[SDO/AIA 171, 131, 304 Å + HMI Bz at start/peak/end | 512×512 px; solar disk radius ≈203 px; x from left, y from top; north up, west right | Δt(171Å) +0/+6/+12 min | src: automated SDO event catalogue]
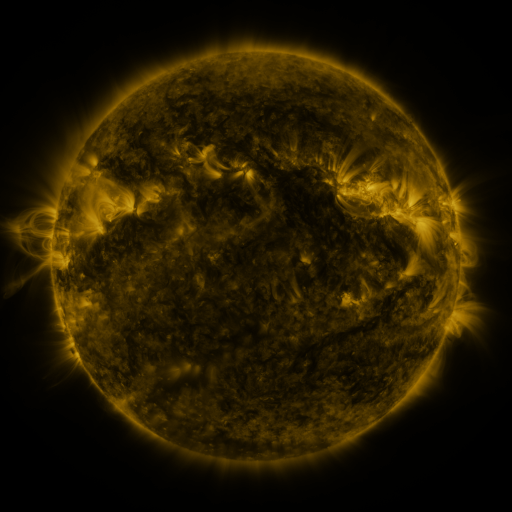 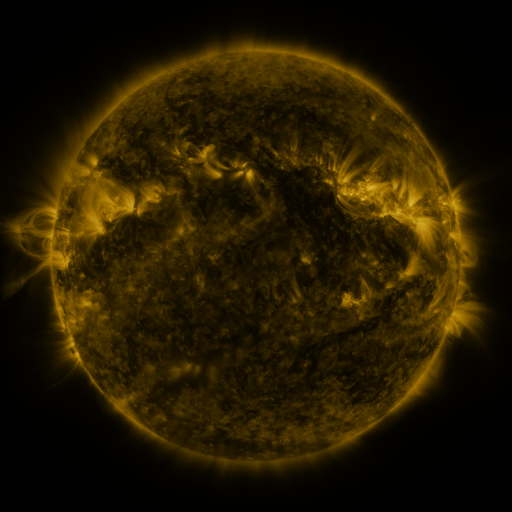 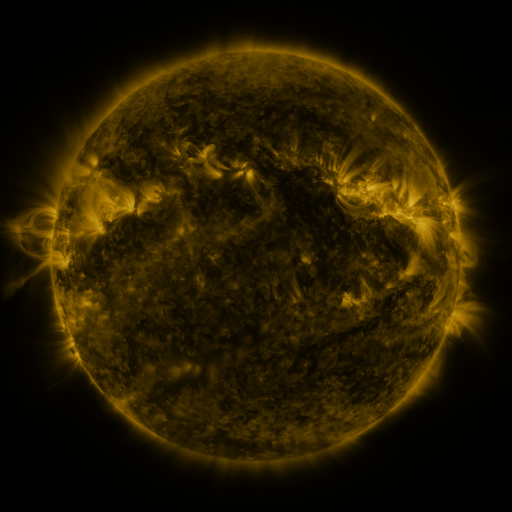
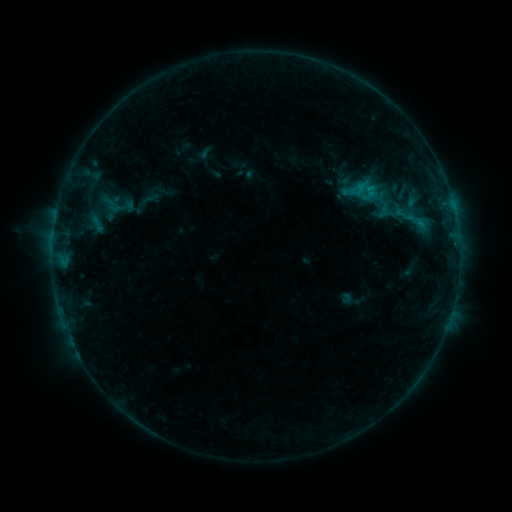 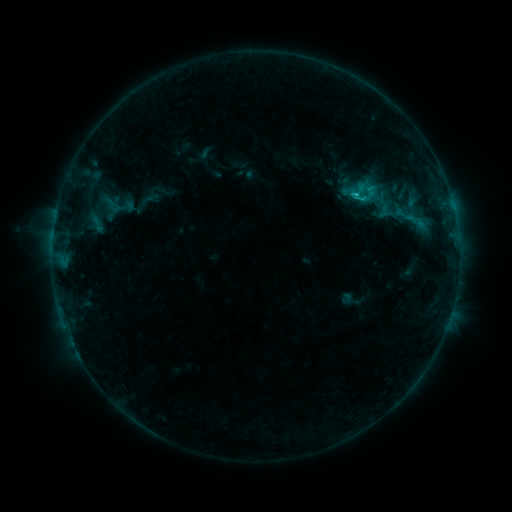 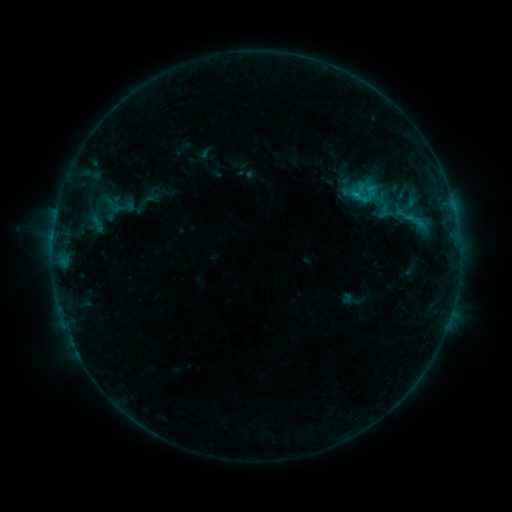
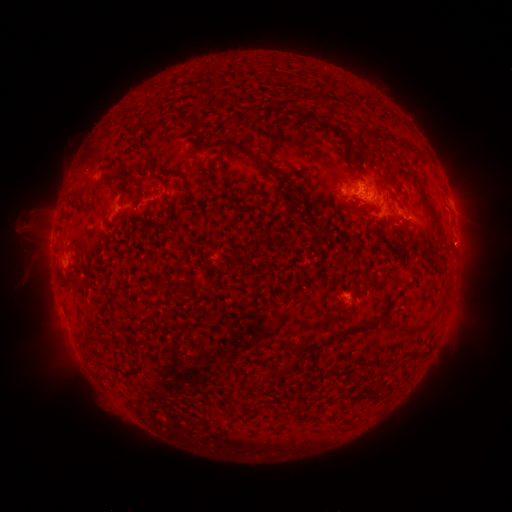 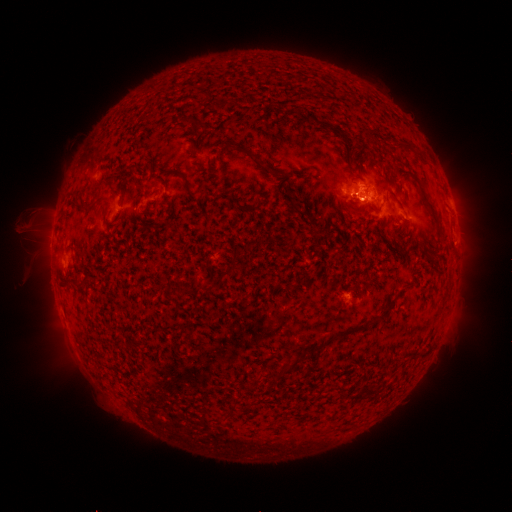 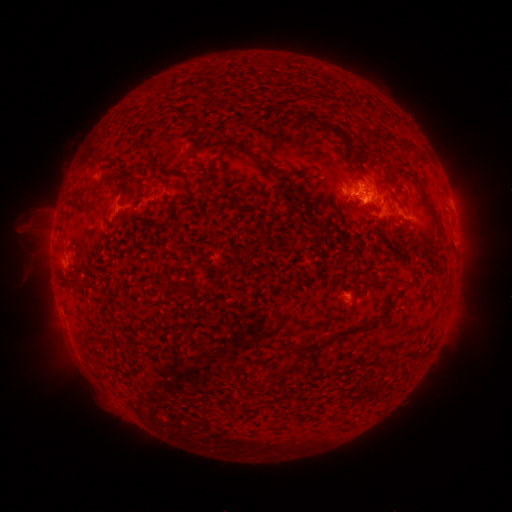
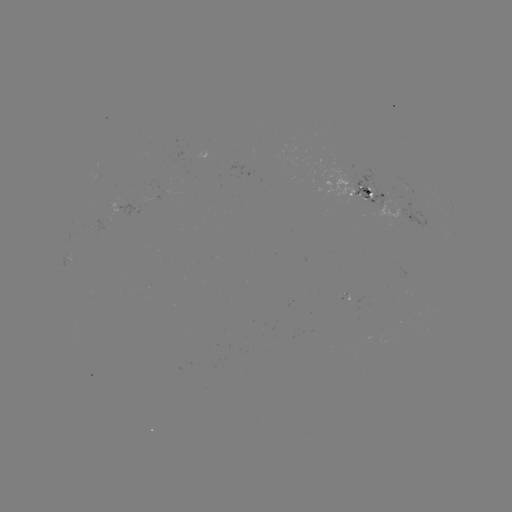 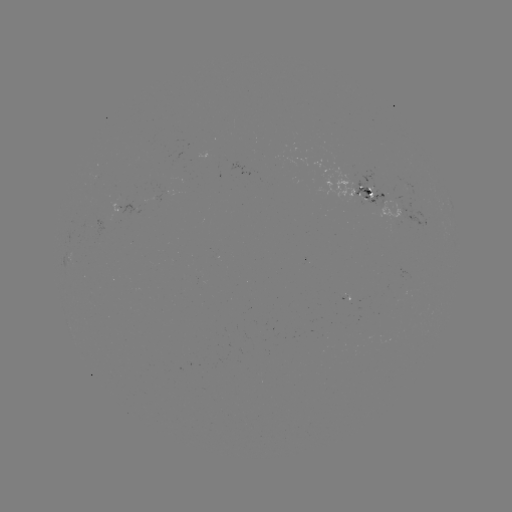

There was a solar flare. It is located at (353, 196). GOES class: B9.5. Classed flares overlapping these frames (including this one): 1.